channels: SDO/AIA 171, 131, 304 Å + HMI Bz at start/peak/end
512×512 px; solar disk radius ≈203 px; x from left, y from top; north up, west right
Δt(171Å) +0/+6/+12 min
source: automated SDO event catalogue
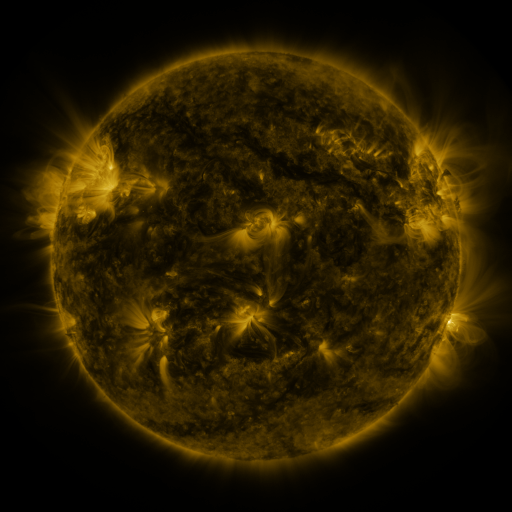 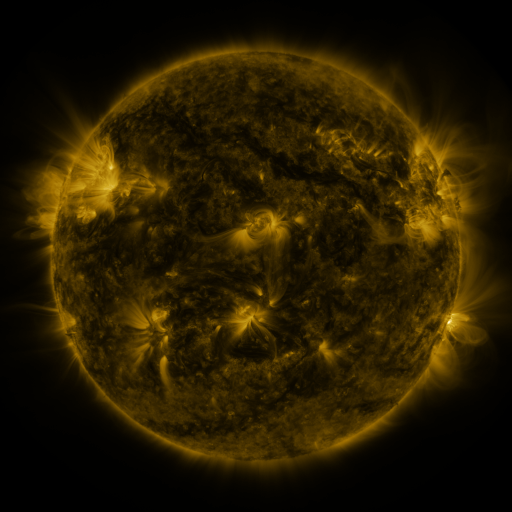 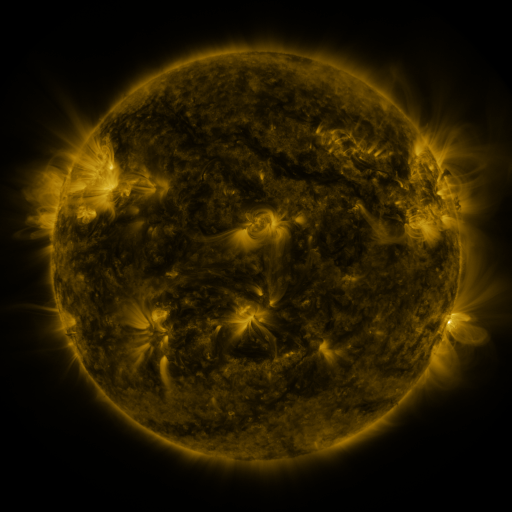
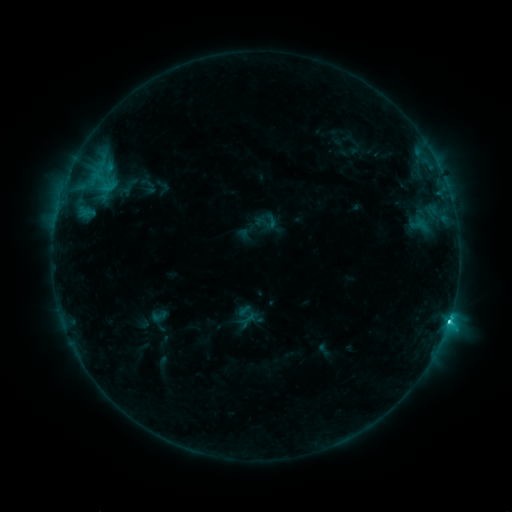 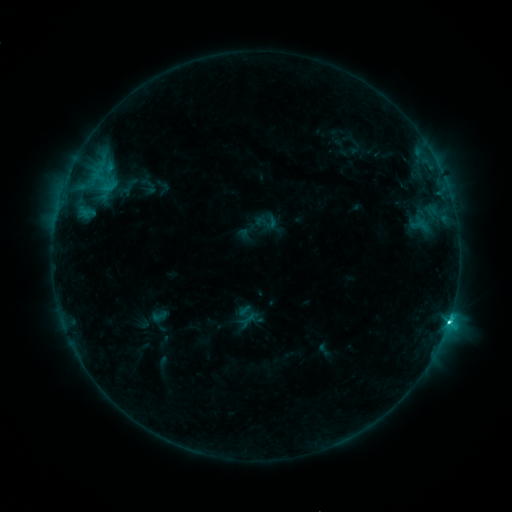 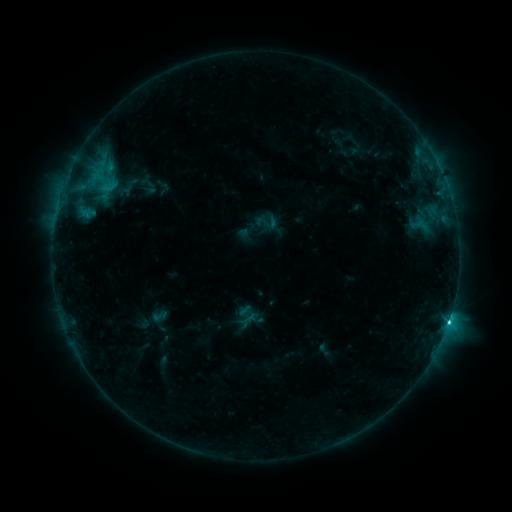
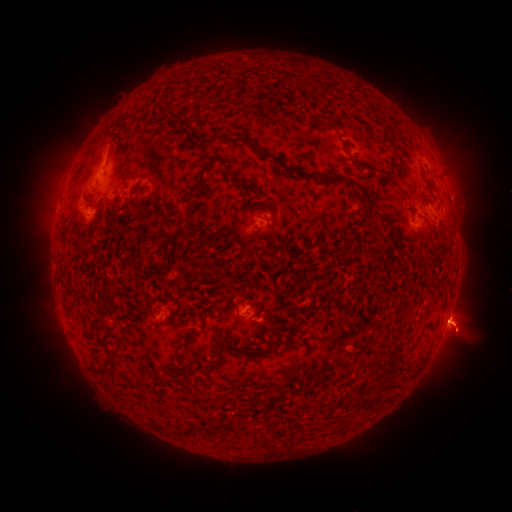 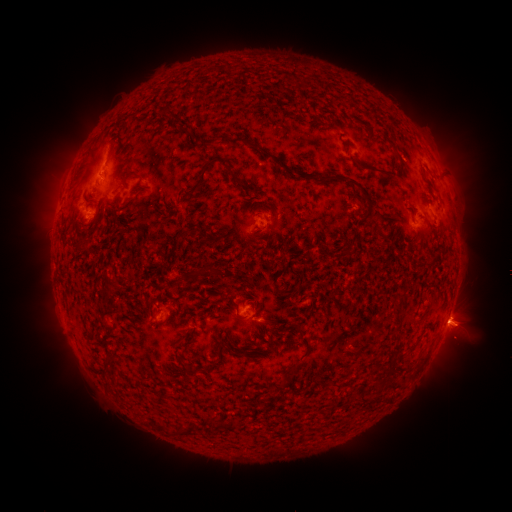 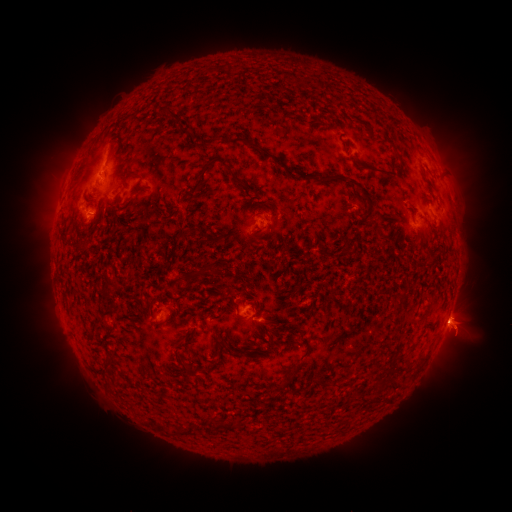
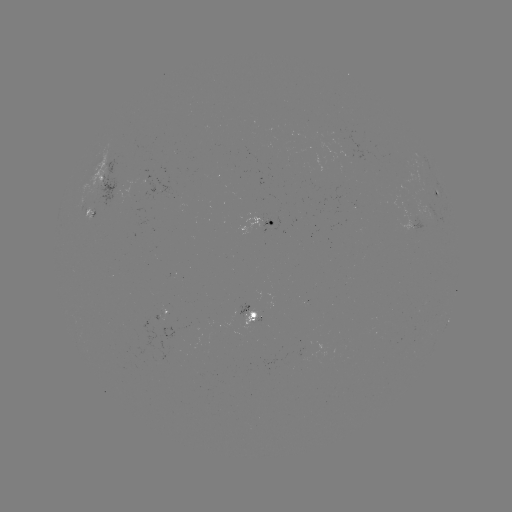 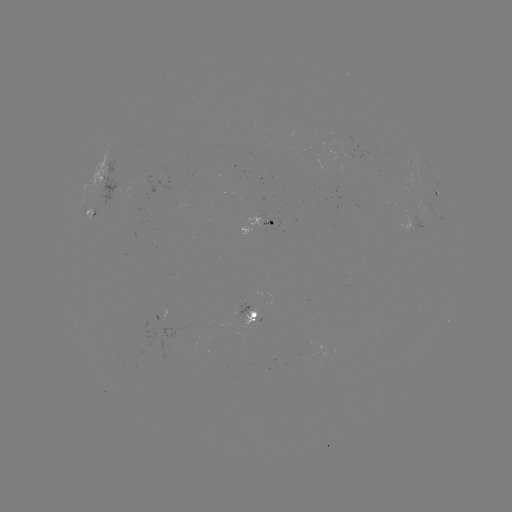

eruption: (433, 376, 487, 406)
